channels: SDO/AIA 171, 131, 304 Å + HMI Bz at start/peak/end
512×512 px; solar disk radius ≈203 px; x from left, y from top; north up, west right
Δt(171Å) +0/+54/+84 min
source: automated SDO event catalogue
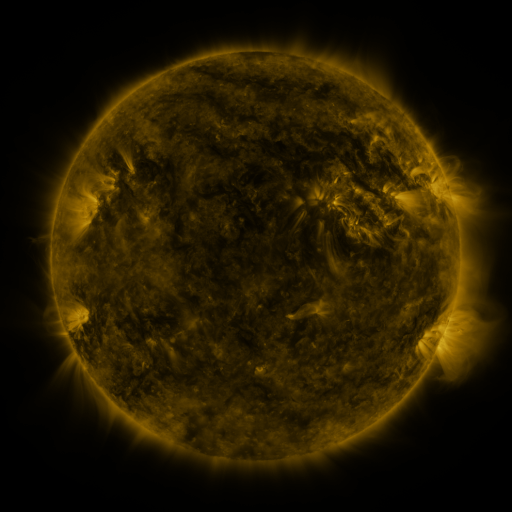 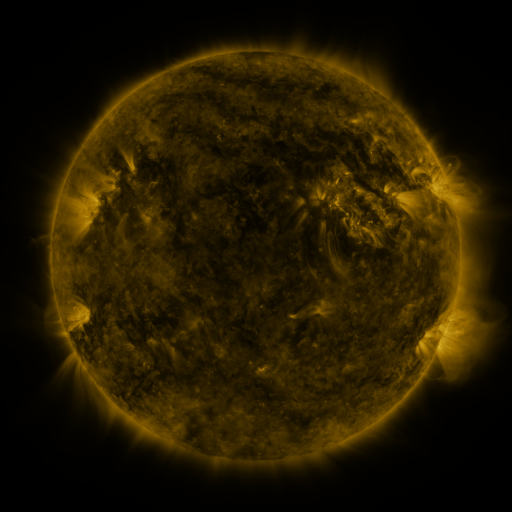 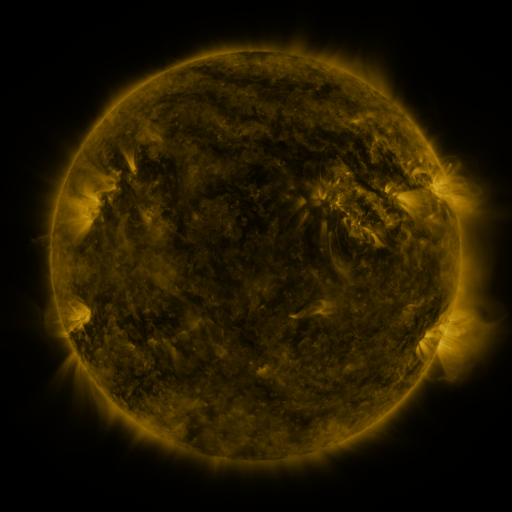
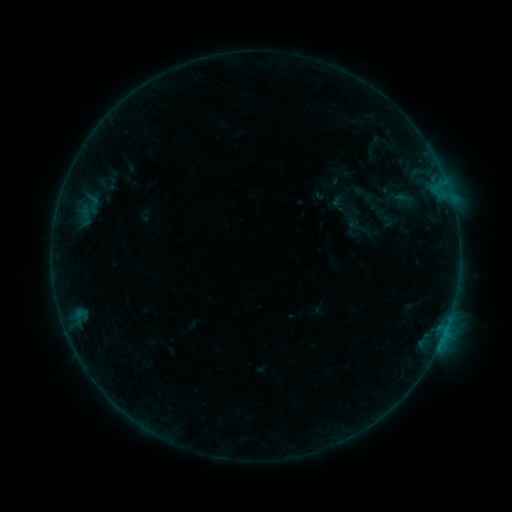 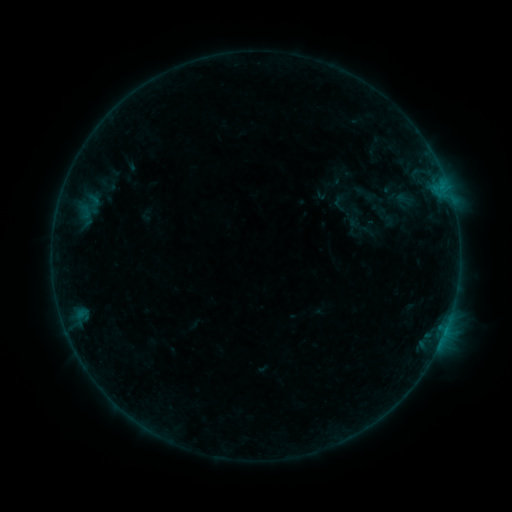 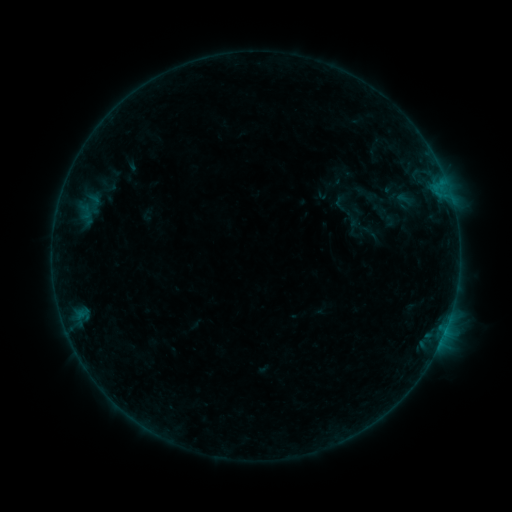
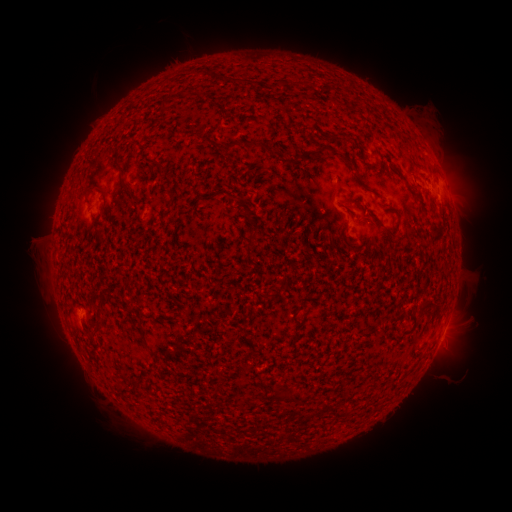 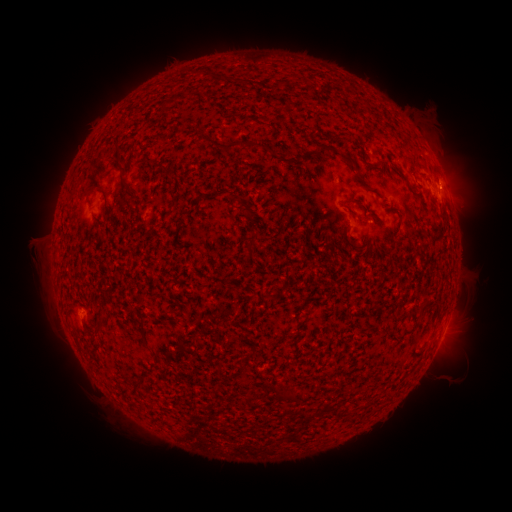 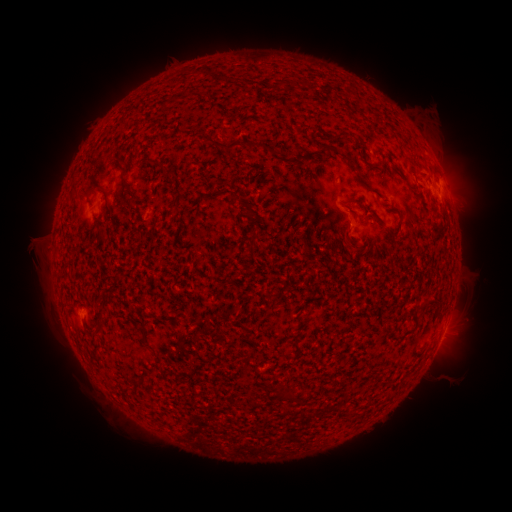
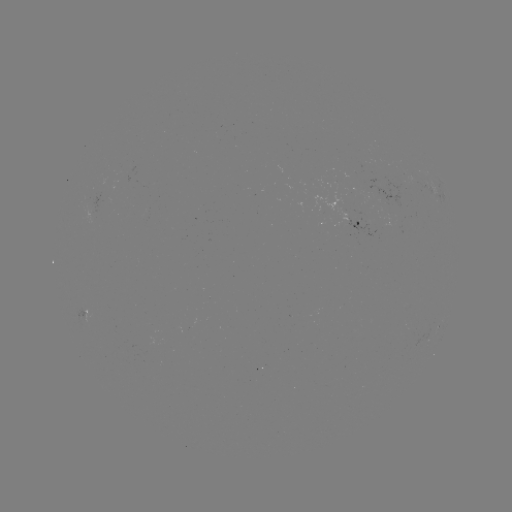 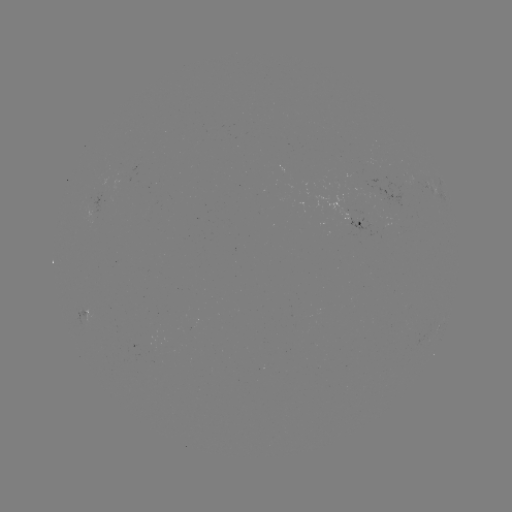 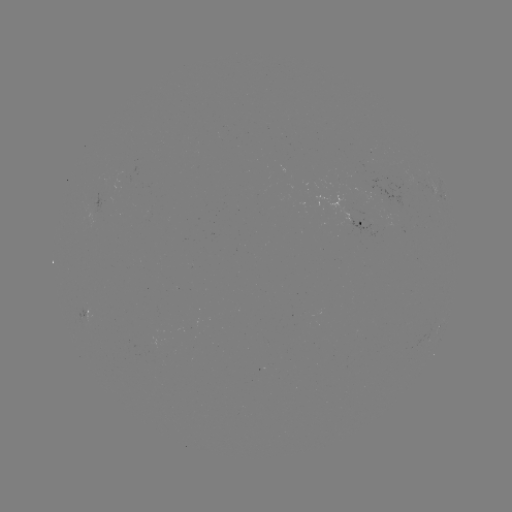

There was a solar flare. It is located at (442, 186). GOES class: B4.2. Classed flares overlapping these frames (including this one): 1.